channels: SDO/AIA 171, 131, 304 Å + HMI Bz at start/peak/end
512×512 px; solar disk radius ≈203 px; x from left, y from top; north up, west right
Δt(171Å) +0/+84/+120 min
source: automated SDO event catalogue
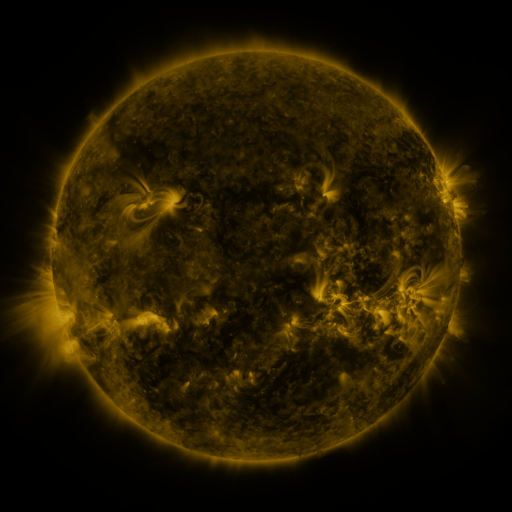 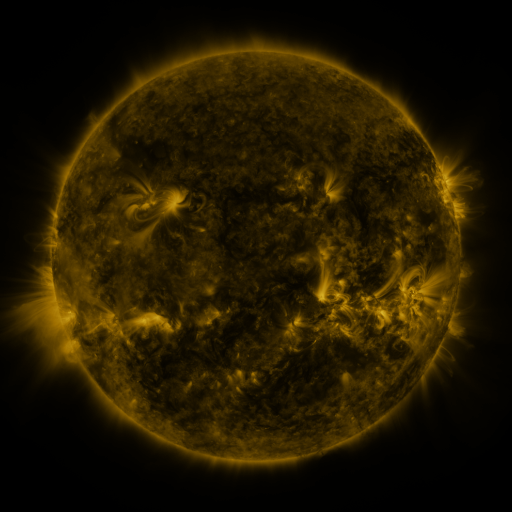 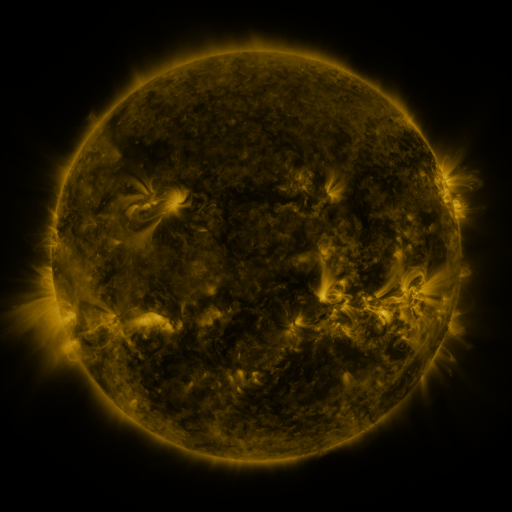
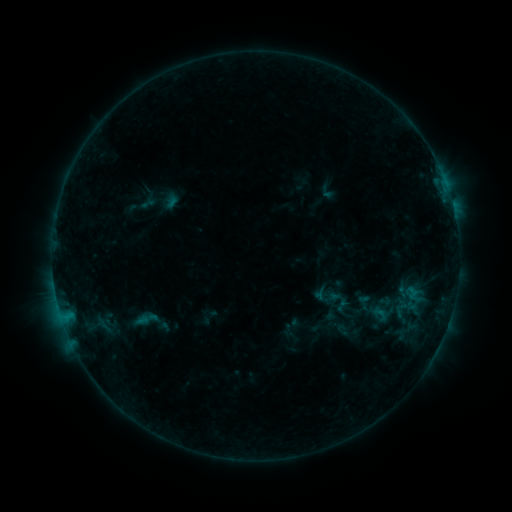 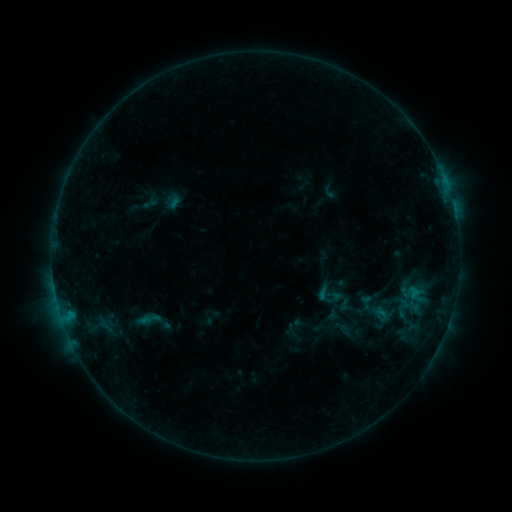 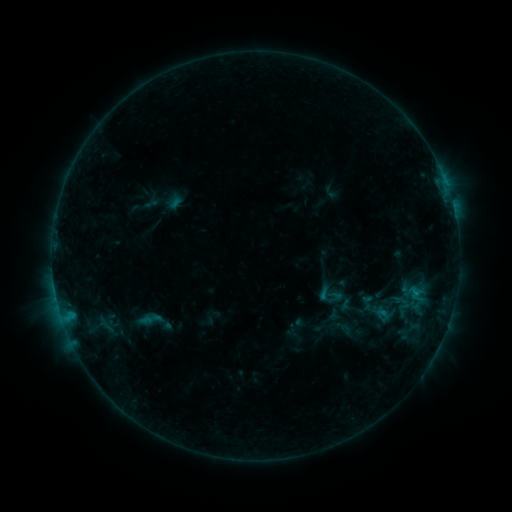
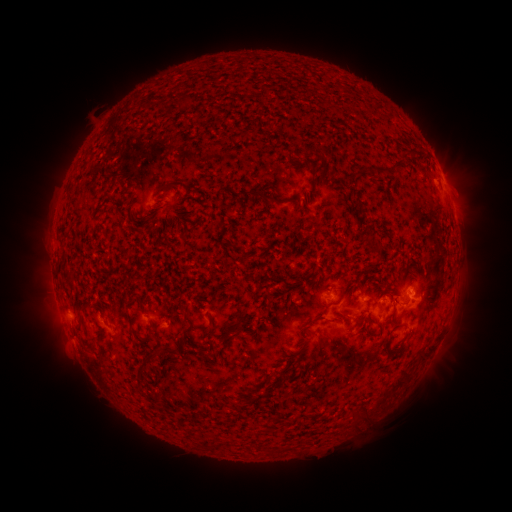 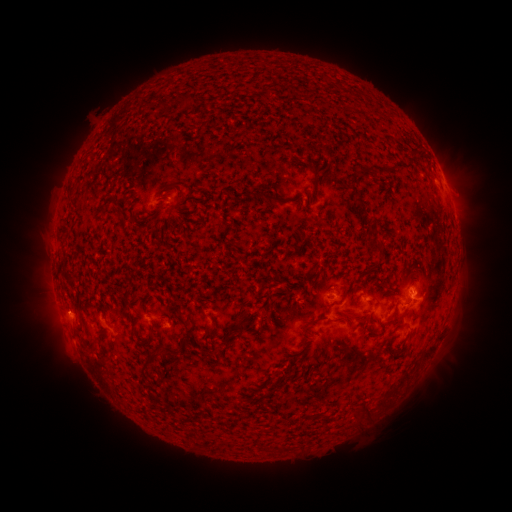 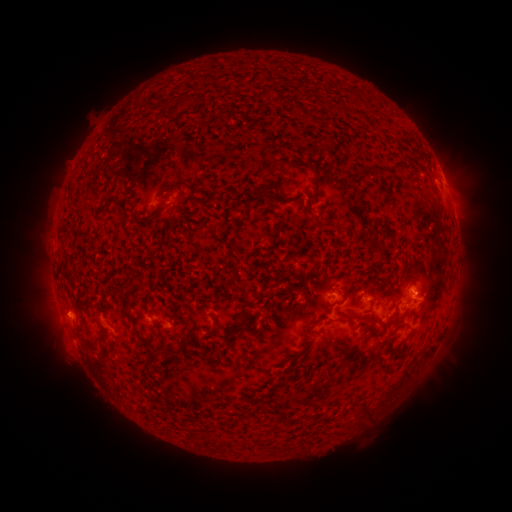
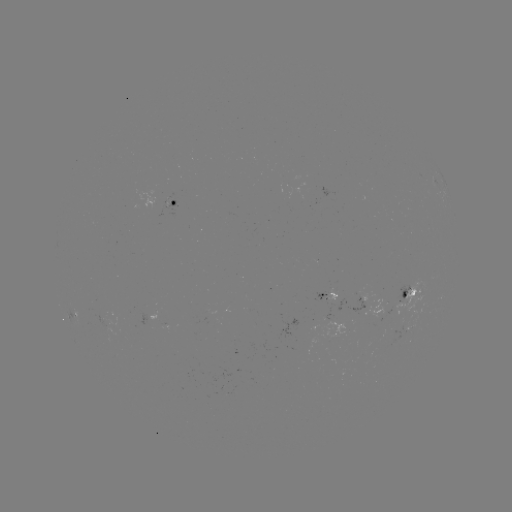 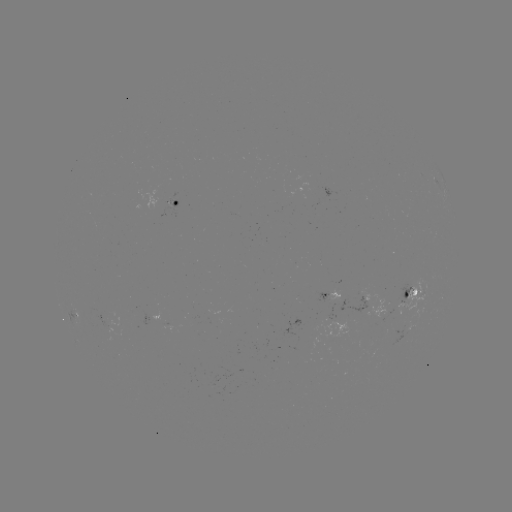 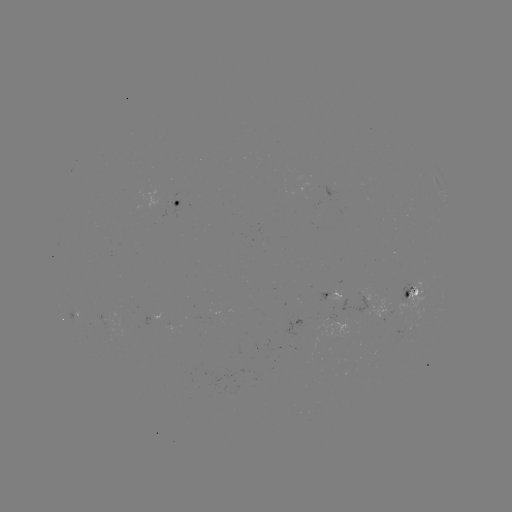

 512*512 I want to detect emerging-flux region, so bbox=[388, 281, 425, 319].